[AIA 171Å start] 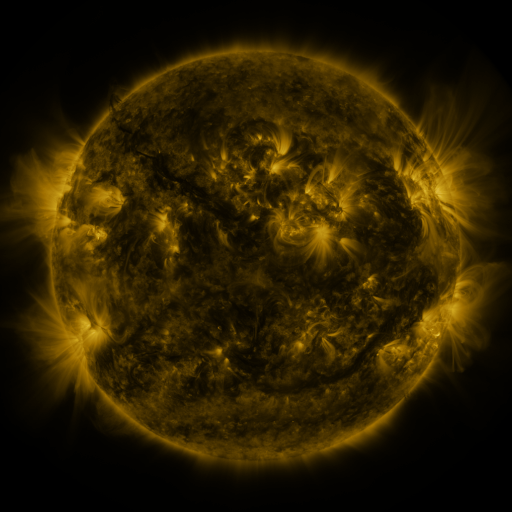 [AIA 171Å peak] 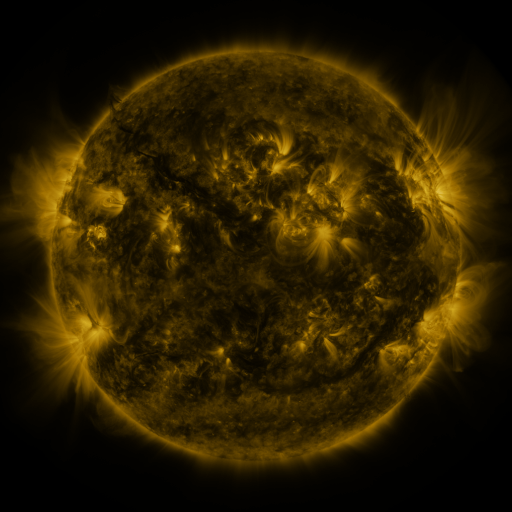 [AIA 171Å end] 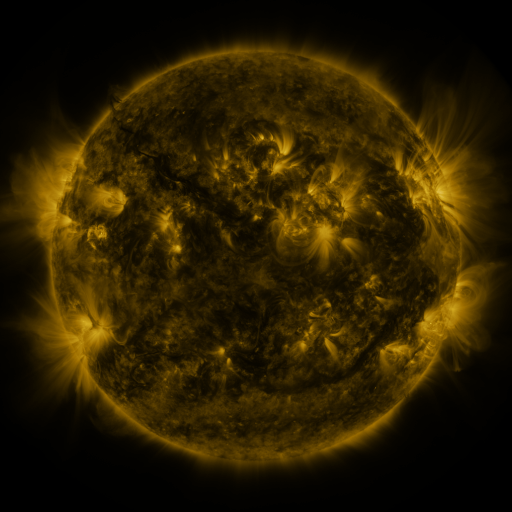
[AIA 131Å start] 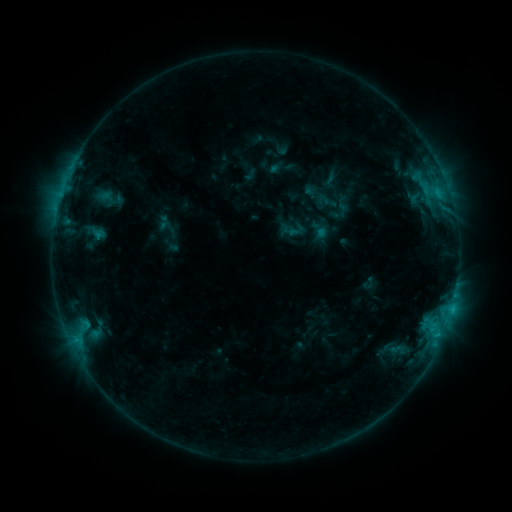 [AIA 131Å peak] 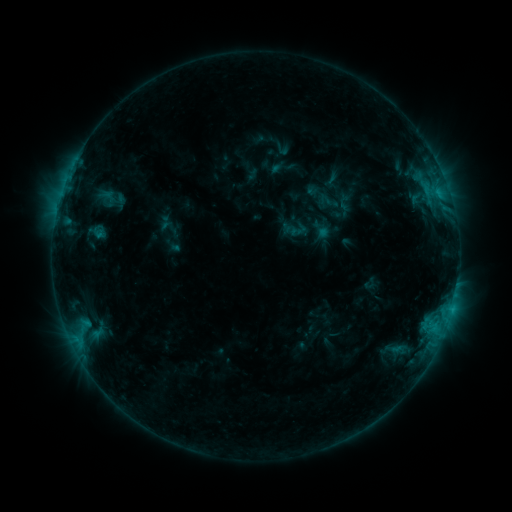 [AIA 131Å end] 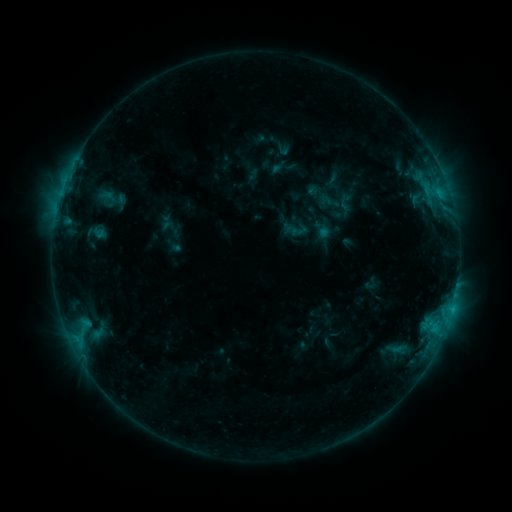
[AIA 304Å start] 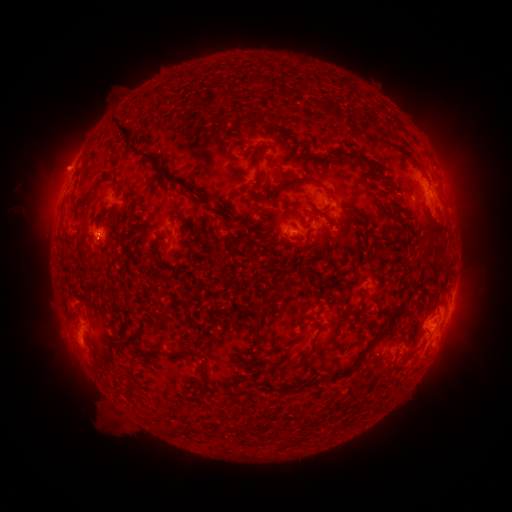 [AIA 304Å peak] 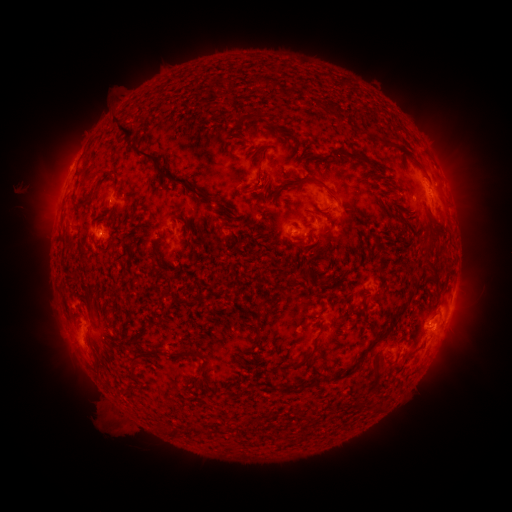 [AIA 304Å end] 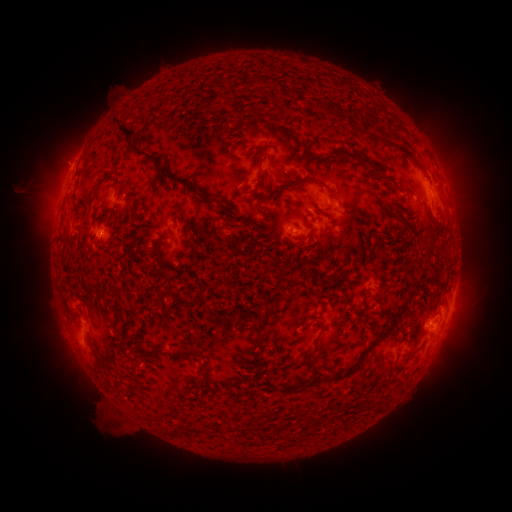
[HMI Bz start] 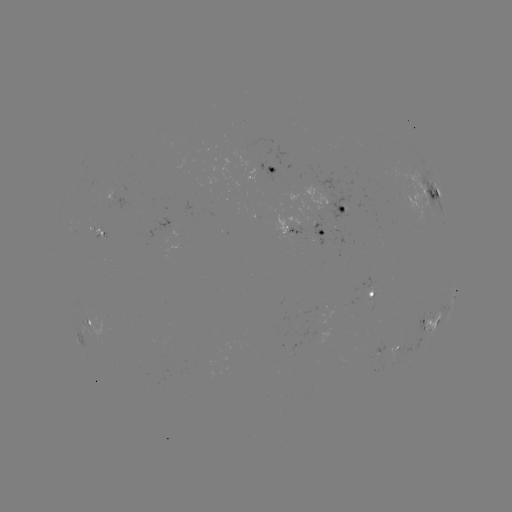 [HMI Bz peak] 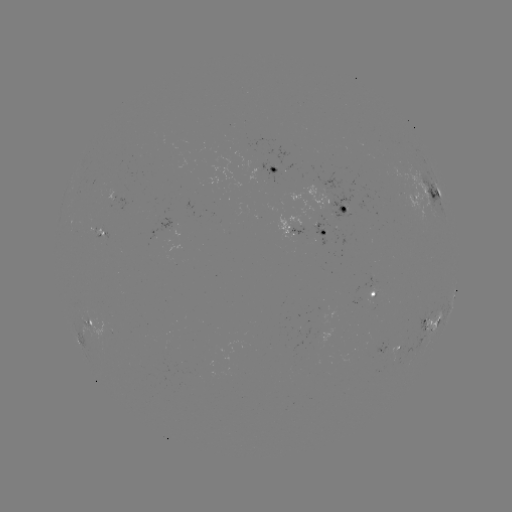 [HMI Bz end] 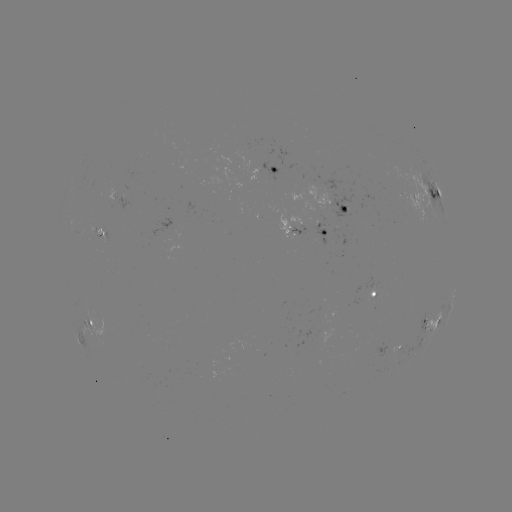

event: emerging-flux region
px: (299, 330)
